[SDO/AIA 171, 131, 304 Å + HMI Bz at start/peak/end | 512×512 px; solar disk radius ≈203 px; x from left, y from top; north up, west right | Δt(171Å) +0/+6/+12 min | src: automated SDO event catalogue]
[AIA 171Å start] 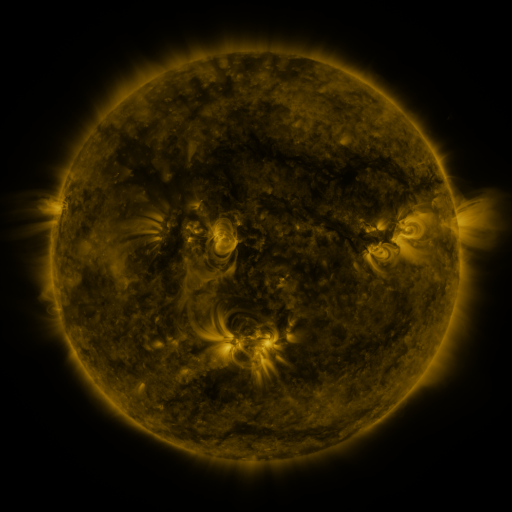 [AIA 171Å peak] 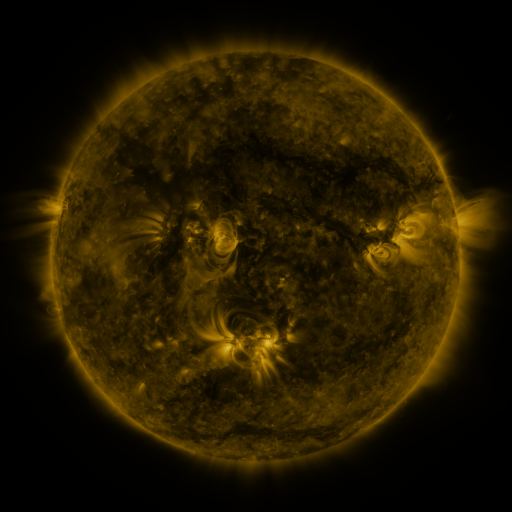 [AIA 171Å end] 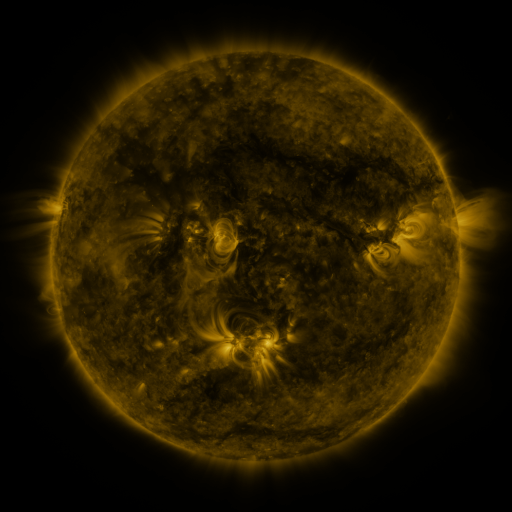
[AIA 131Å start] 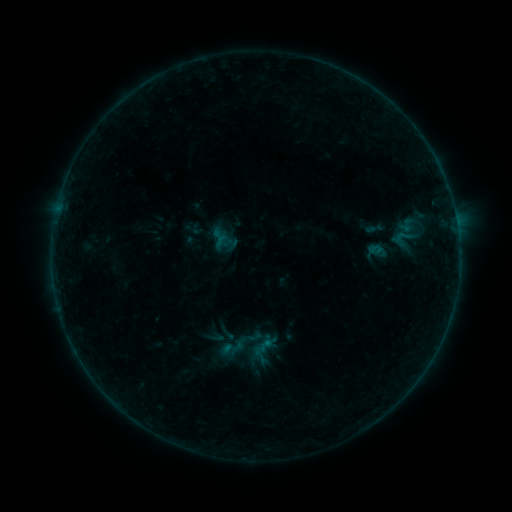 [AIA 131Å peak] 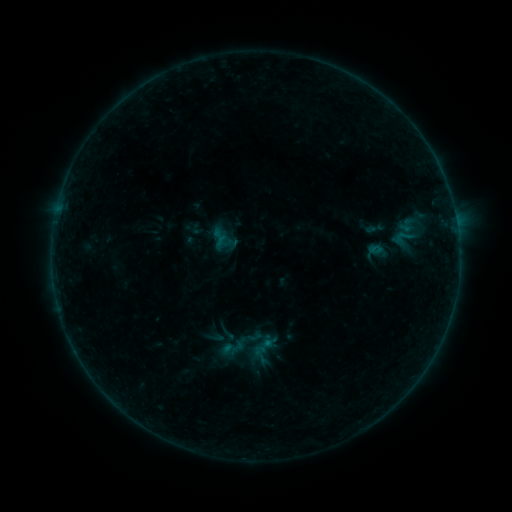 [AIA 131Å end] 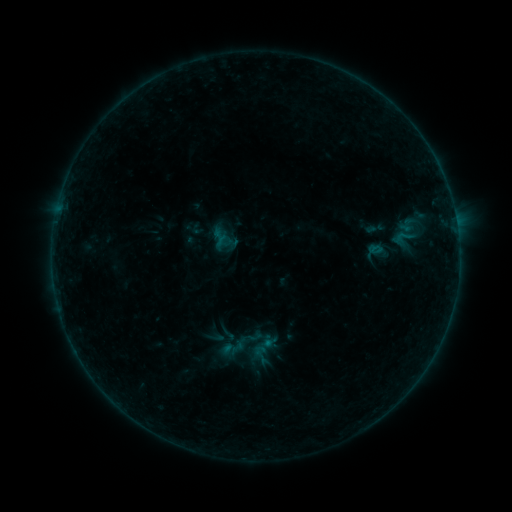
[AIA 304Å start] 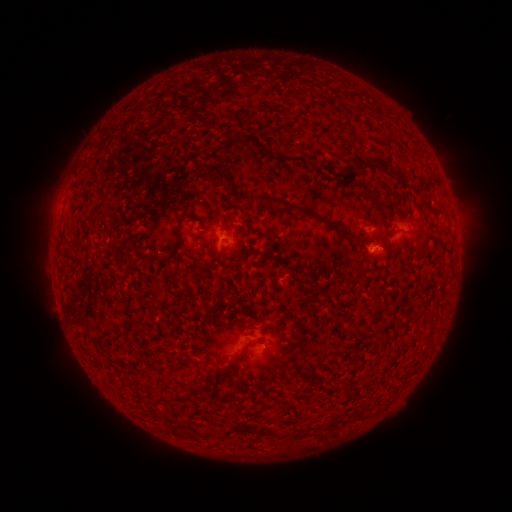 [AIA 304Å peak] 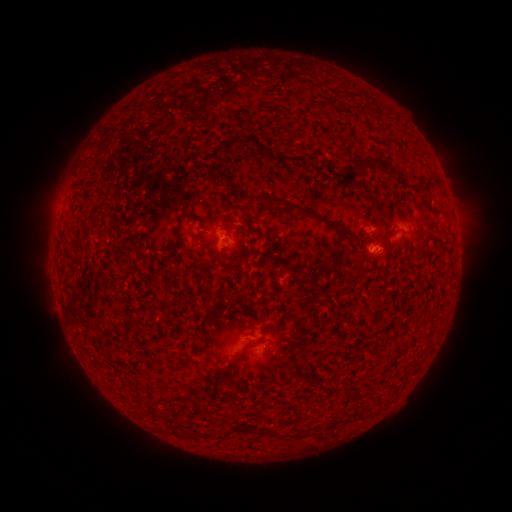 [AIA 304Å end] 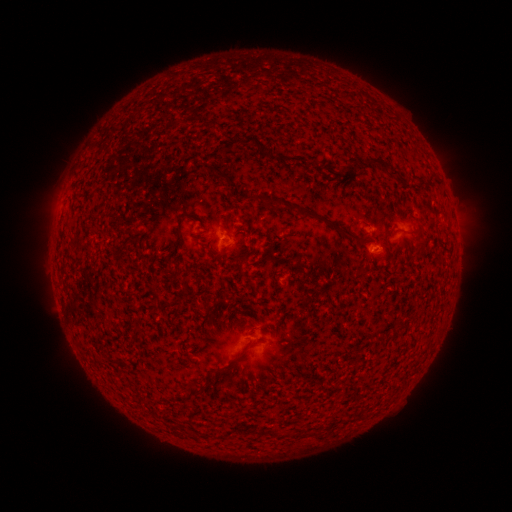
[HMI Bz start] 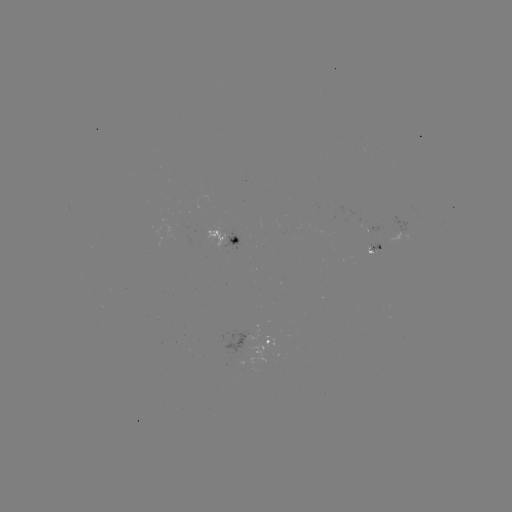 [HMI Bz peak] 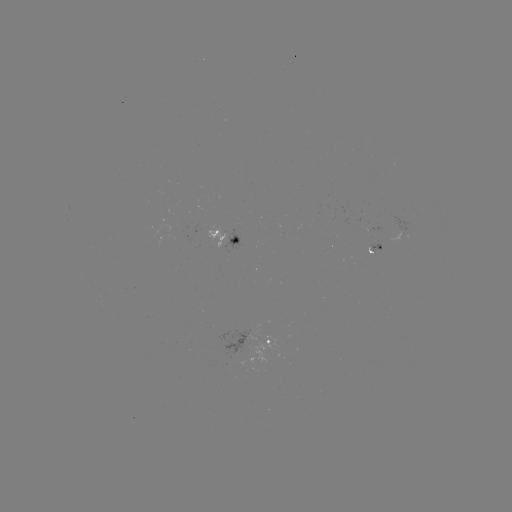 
no flare in any classed list; no EUV-trigger detection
